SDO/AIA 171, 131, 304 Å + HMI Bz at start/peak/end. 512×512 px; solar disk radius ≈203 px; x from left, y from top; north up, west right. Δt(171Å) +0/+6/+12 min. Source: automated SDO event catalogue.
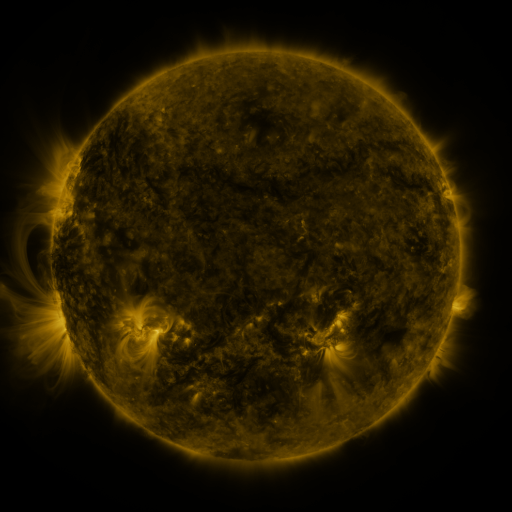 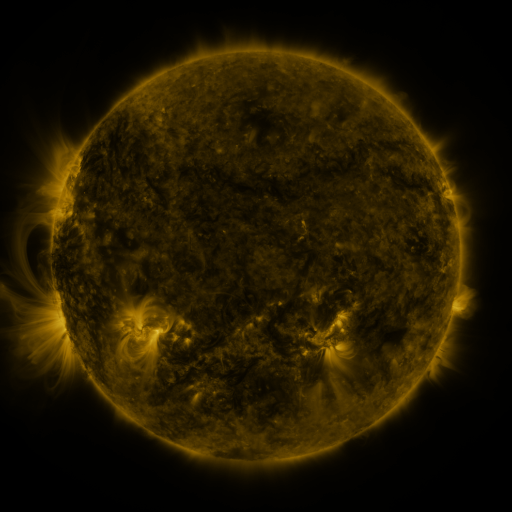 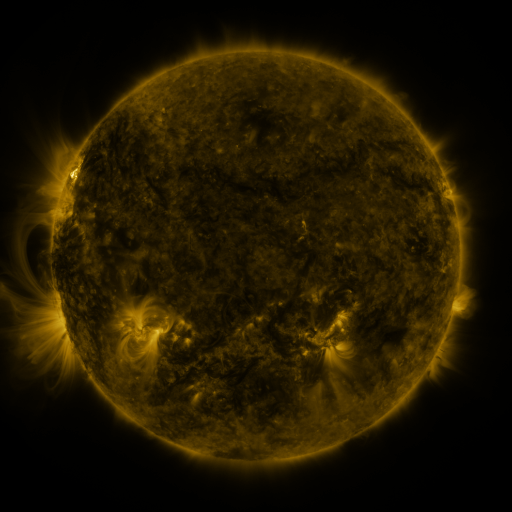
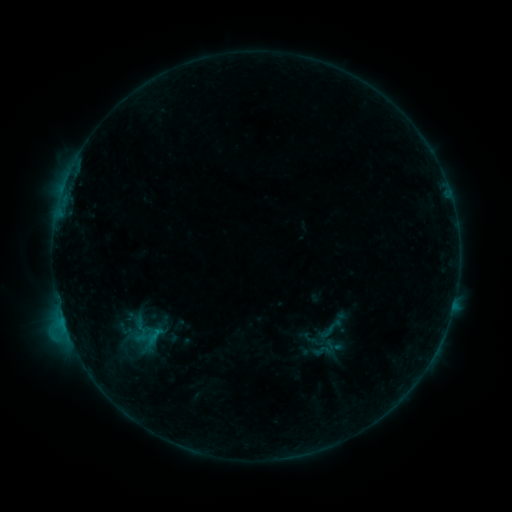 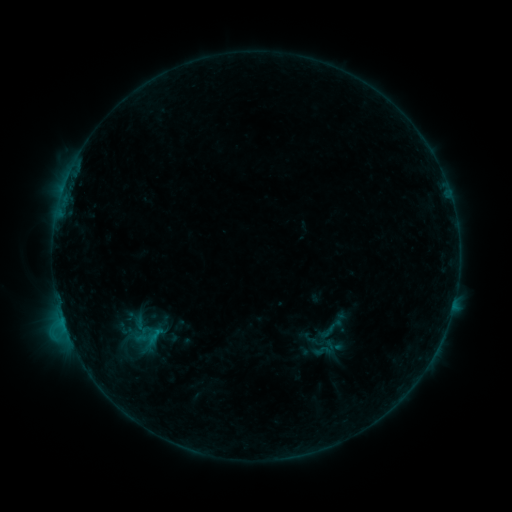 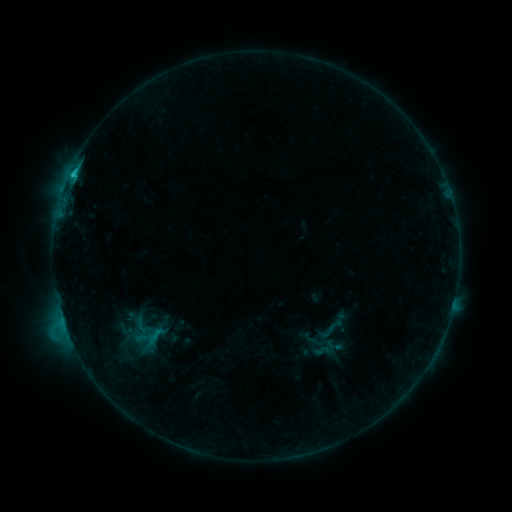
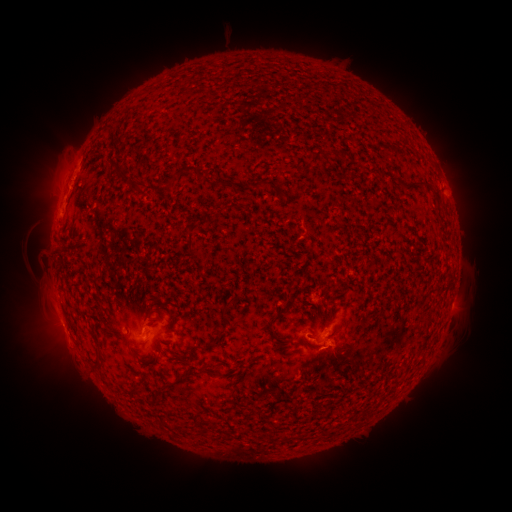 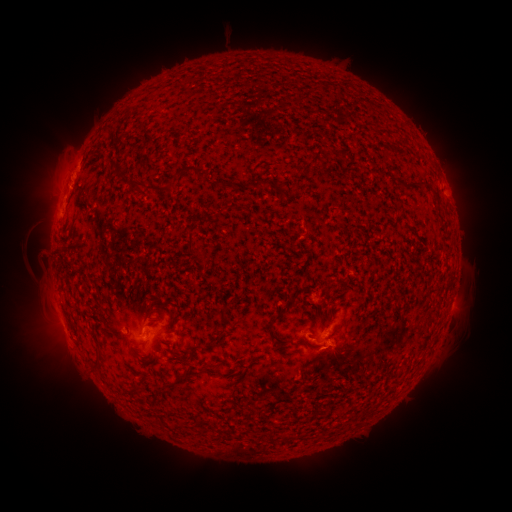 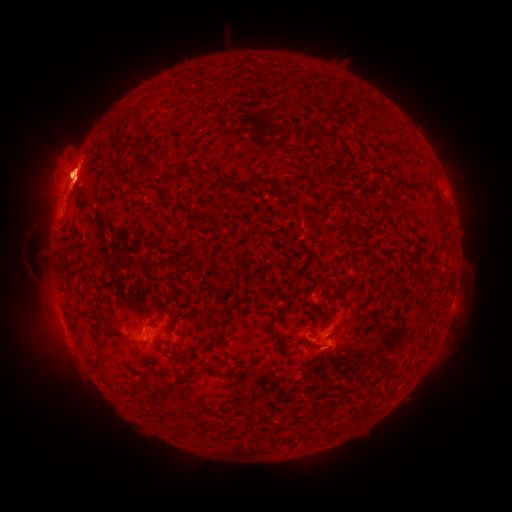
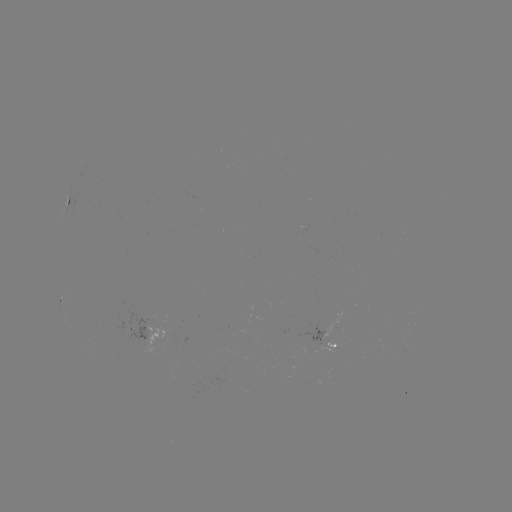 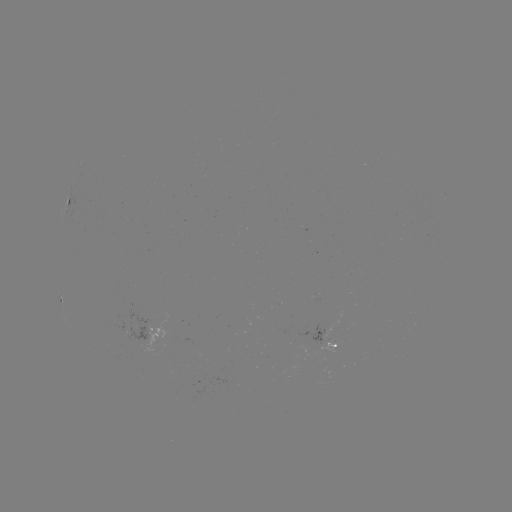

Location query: eruption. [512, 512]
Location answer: (68, 161).